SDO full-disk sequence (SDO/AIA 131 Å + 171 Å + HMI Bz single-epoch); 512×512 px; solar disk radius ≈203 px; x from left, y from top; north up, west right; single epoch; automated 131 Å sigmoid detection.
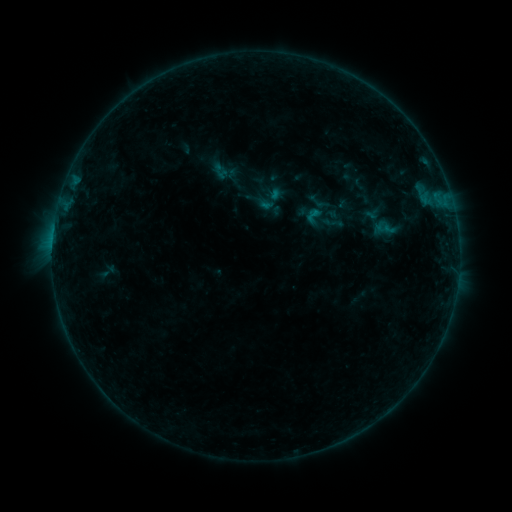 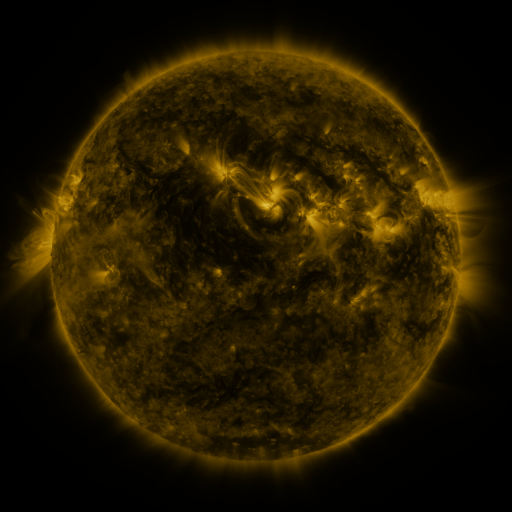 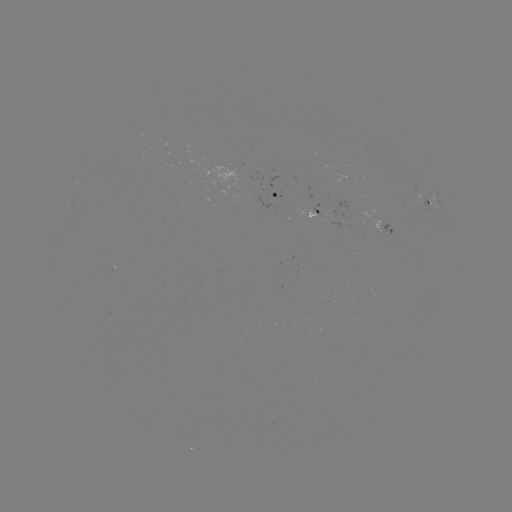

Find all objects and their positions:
sigmoid: <bbox>321, 210, 344, 235</bbox>
